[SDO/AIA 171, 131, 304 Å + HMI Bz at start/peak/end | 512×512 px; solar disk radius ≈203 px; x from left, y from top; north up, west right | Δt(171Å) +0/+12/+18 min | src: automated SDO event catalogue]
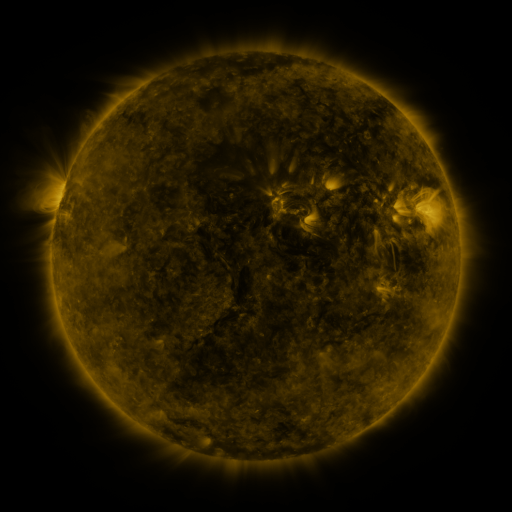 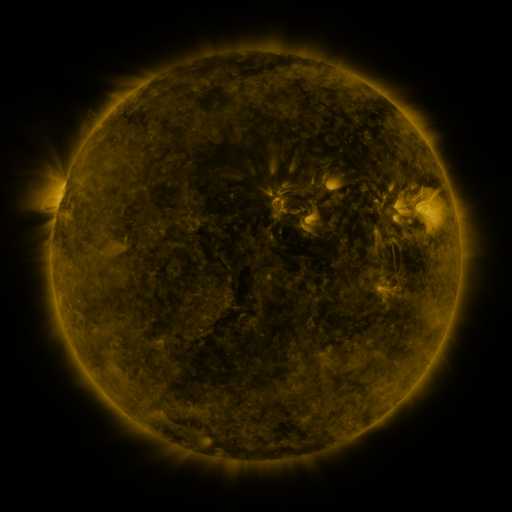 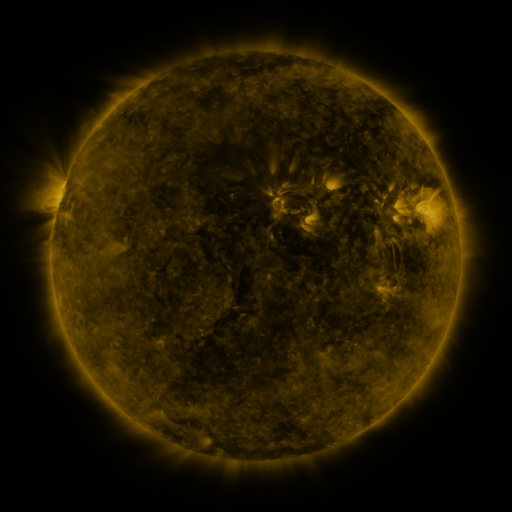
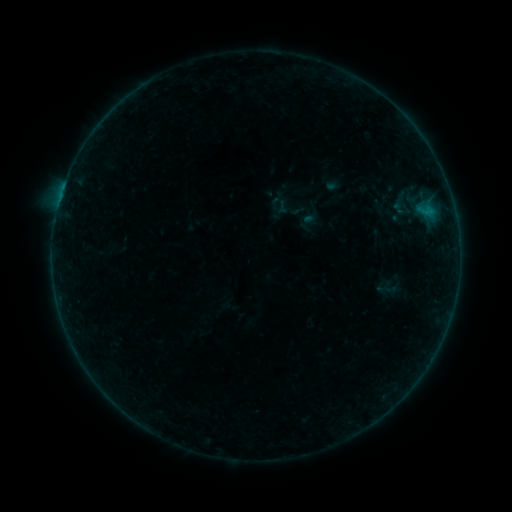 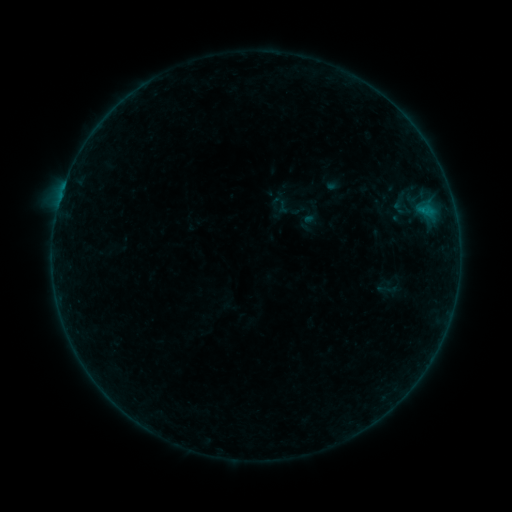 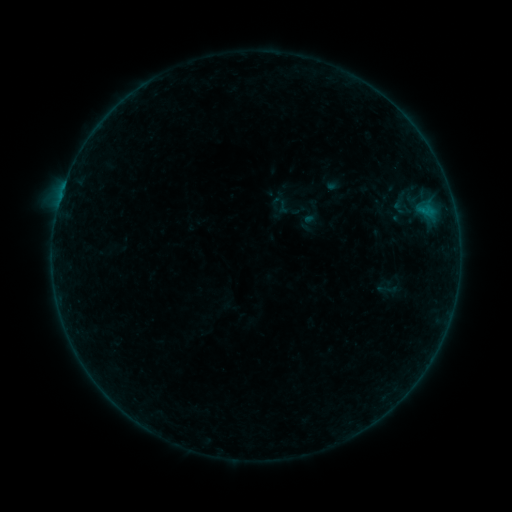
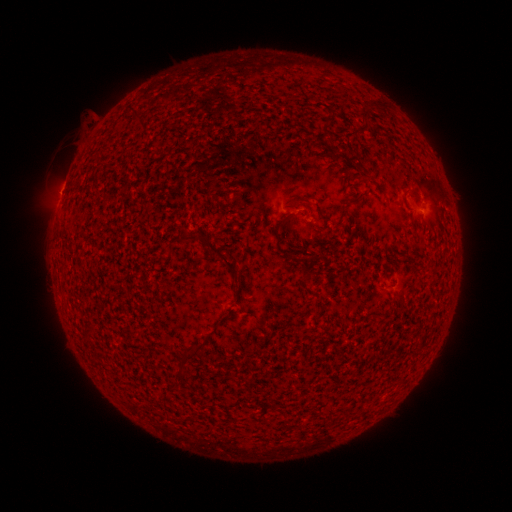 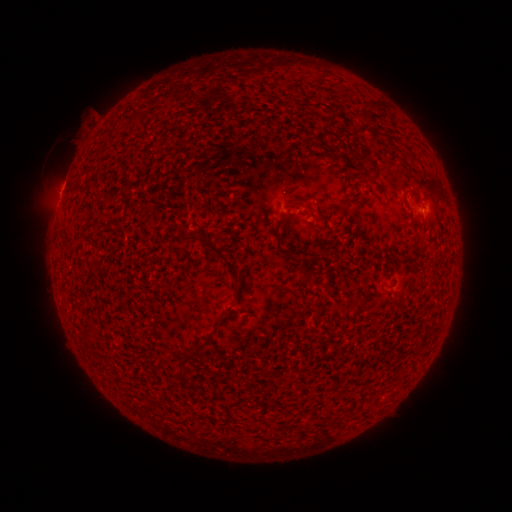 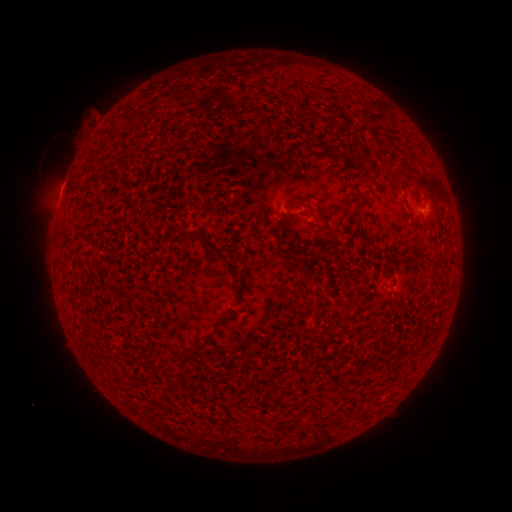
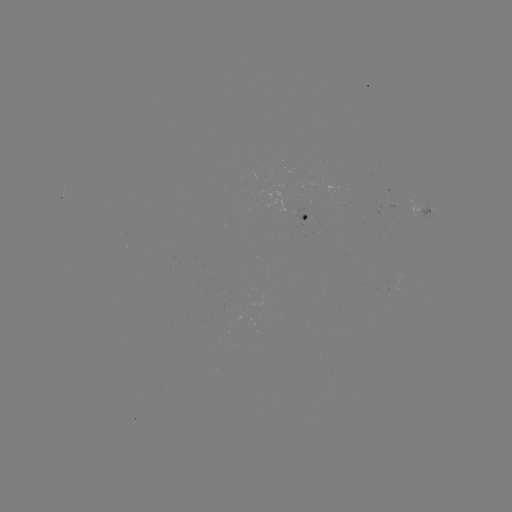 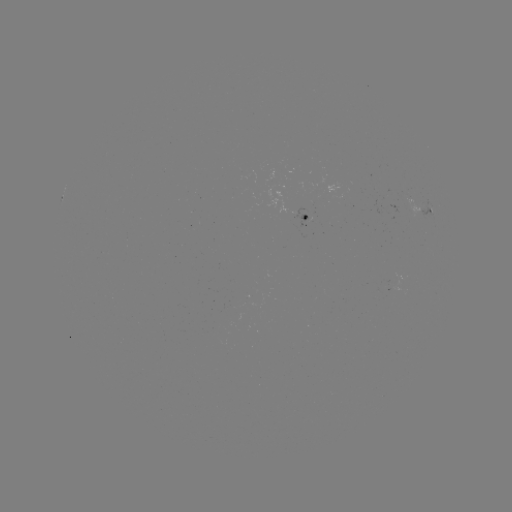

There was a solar flare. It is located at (422, 213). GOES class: B1.4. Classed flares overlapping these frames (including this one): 1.